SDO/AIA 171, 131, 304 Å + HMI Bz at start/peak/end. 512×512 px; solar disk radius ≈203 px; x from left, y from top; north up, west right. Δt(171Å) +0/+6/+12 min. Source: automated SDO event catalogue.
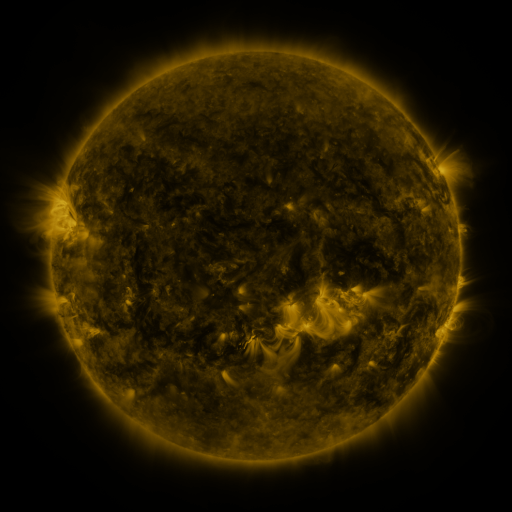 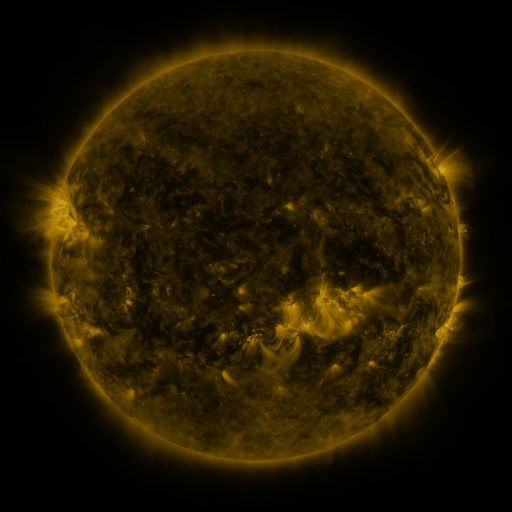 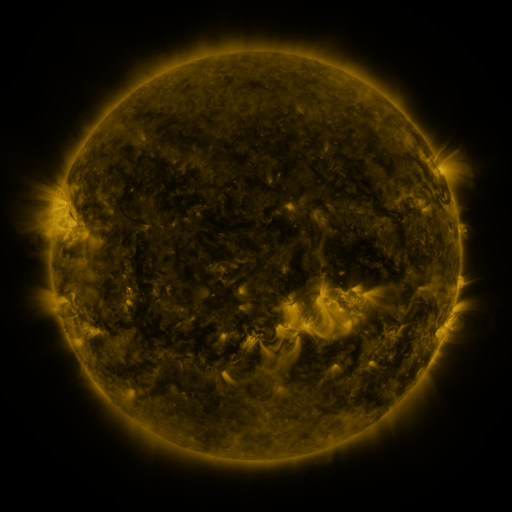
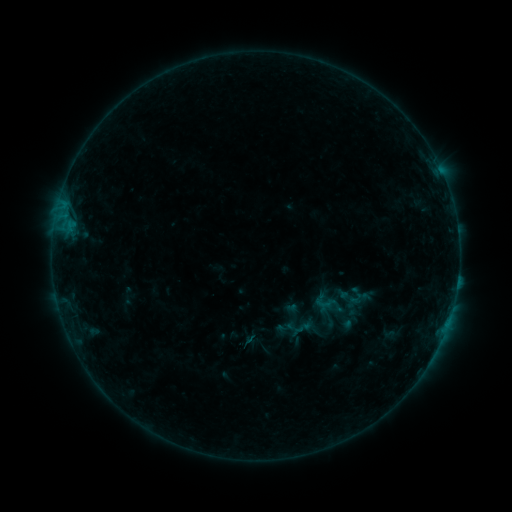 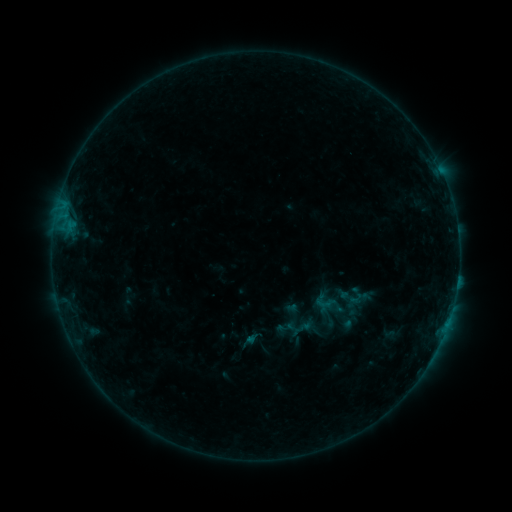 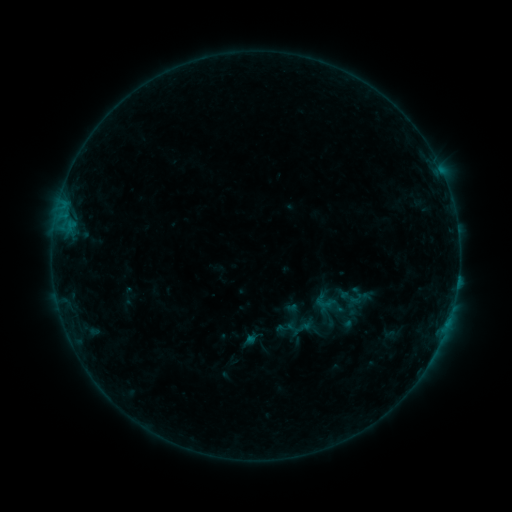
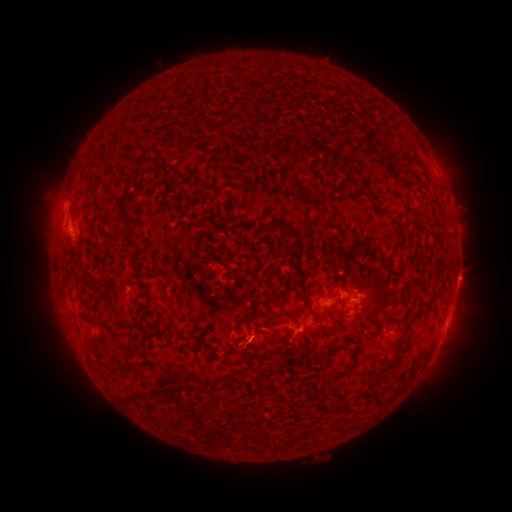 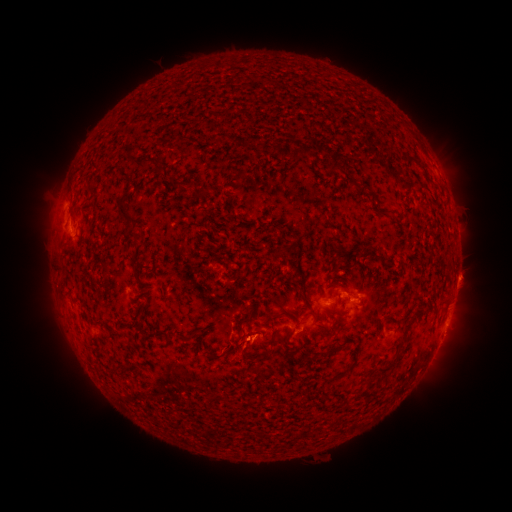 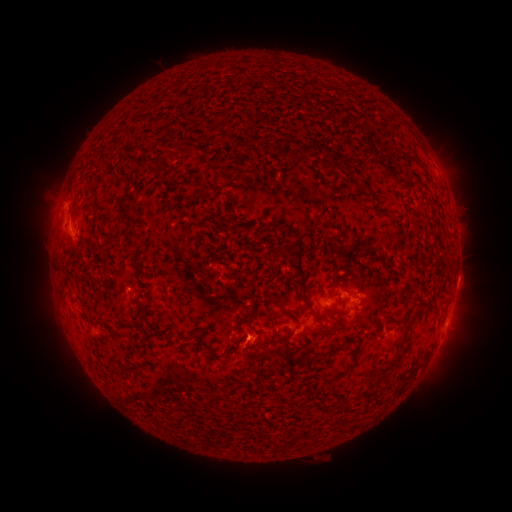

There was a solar eruption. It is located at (244, 346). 